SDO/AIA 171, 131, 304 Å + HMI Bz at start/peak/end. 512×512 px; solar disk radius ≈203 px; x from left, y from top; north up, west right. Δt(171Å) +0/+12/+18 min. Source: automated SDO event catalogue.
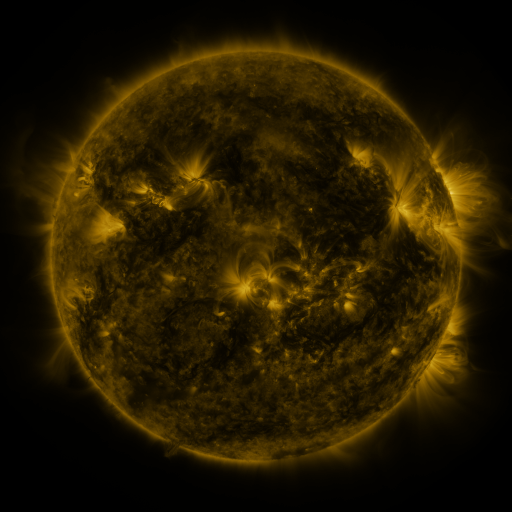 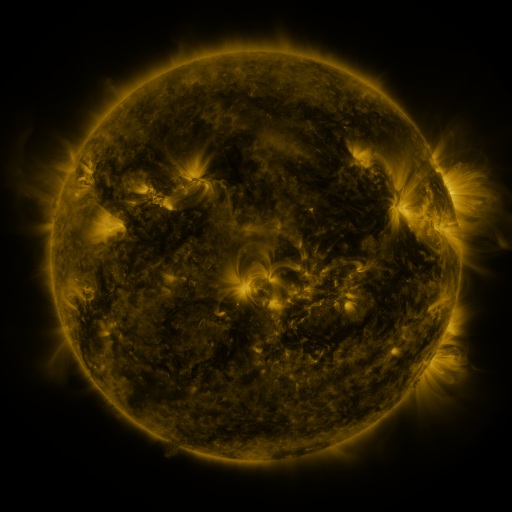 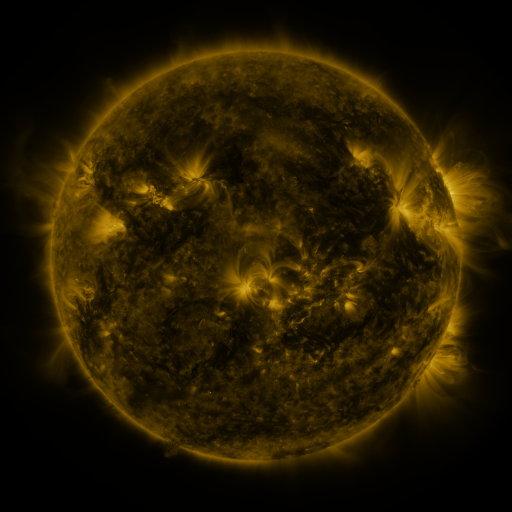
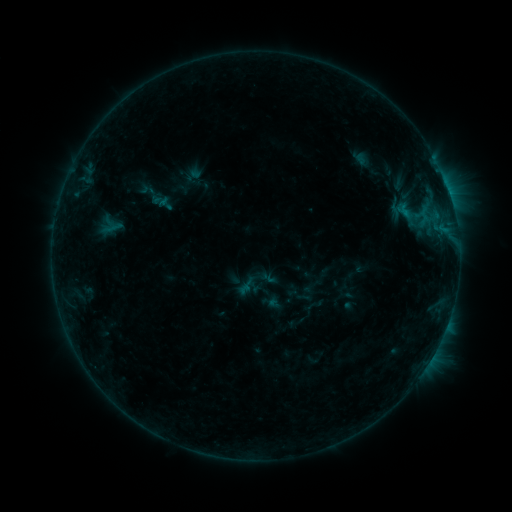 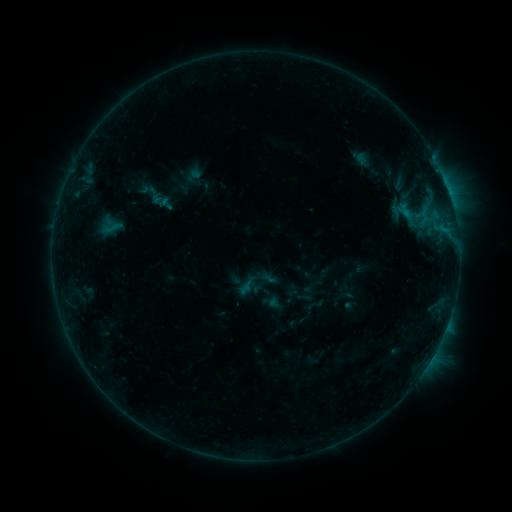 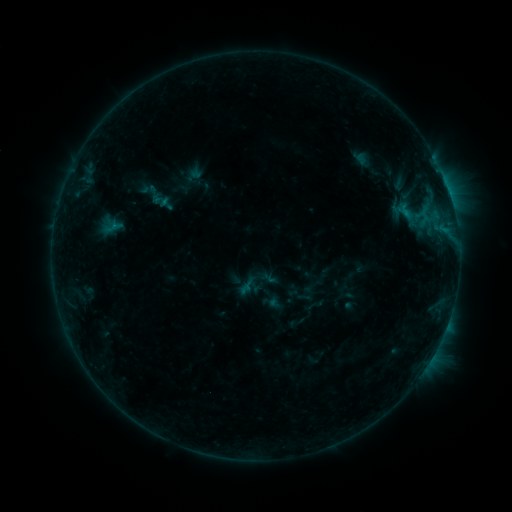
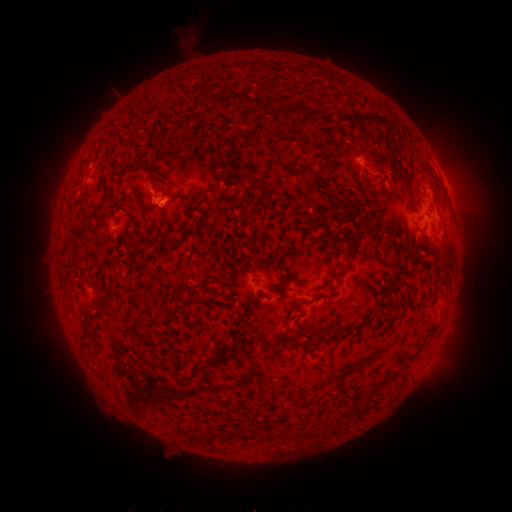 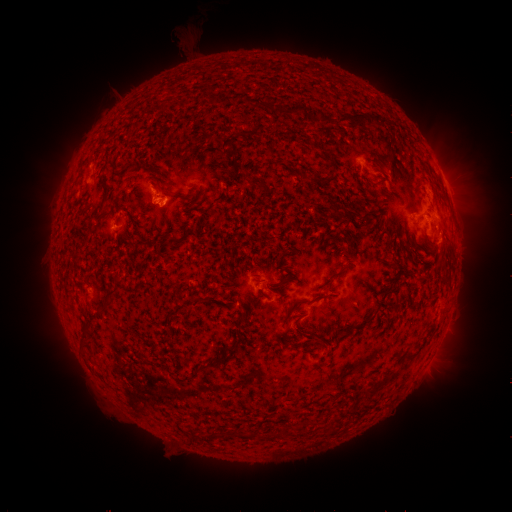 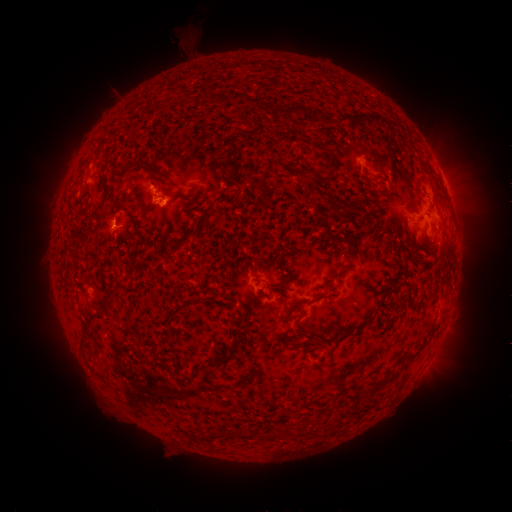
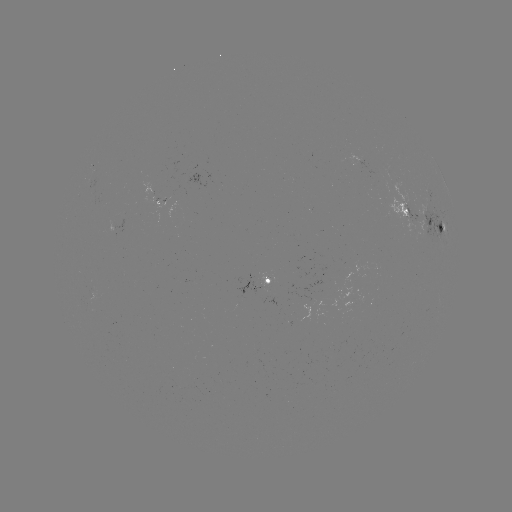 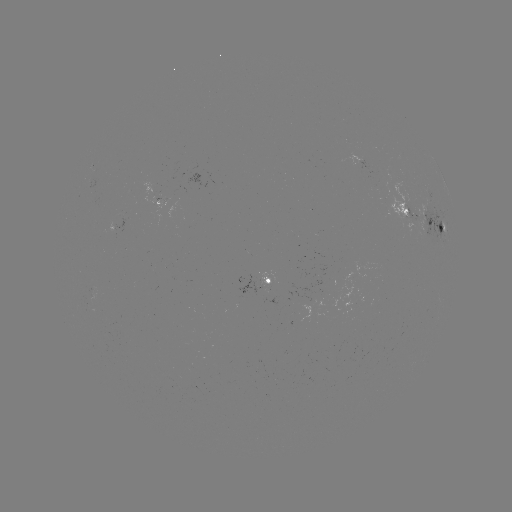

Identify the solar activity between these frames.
nothing was catalogued: no classed flare, no EUV trigger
